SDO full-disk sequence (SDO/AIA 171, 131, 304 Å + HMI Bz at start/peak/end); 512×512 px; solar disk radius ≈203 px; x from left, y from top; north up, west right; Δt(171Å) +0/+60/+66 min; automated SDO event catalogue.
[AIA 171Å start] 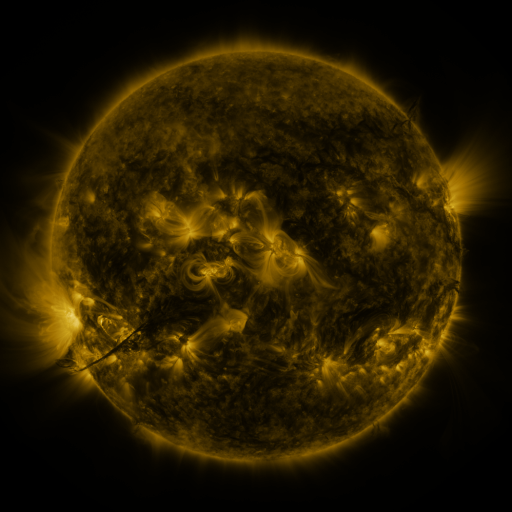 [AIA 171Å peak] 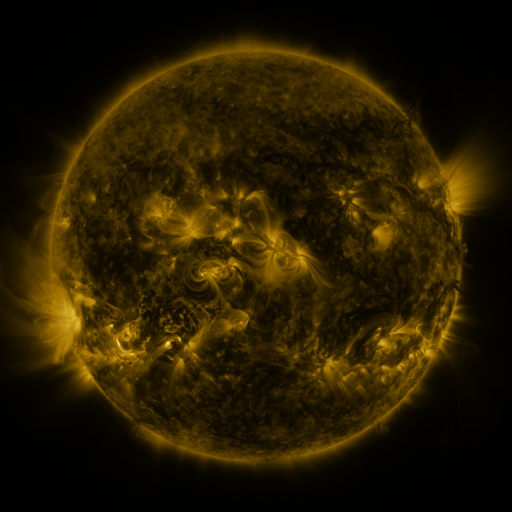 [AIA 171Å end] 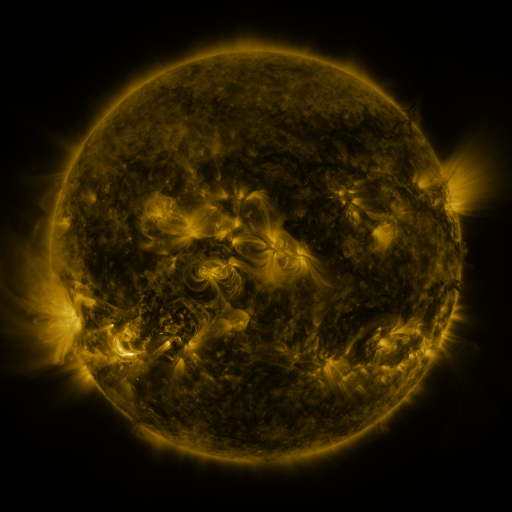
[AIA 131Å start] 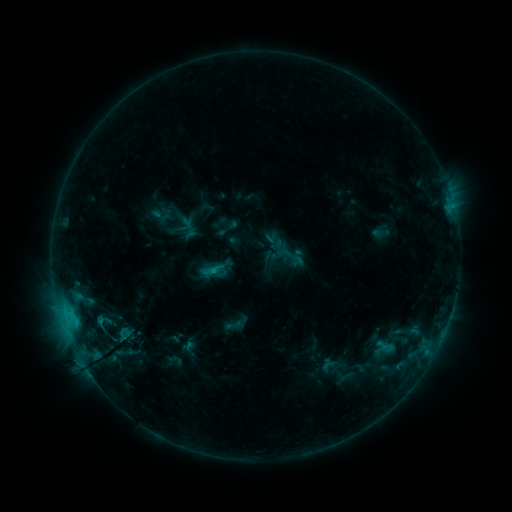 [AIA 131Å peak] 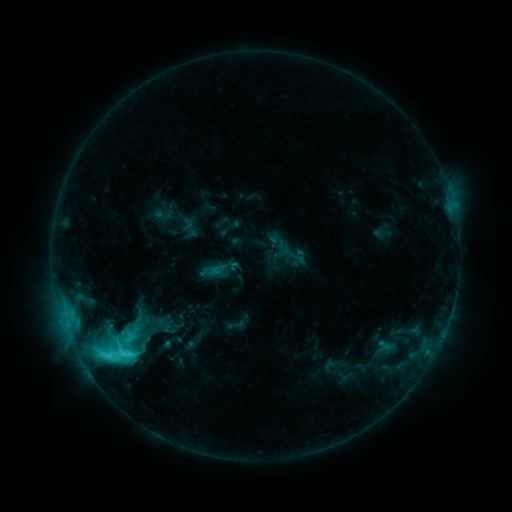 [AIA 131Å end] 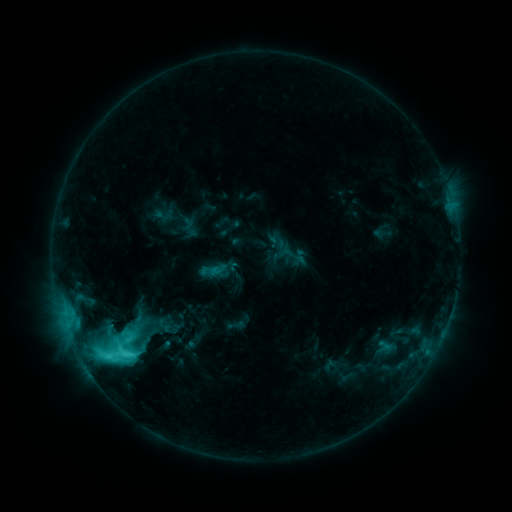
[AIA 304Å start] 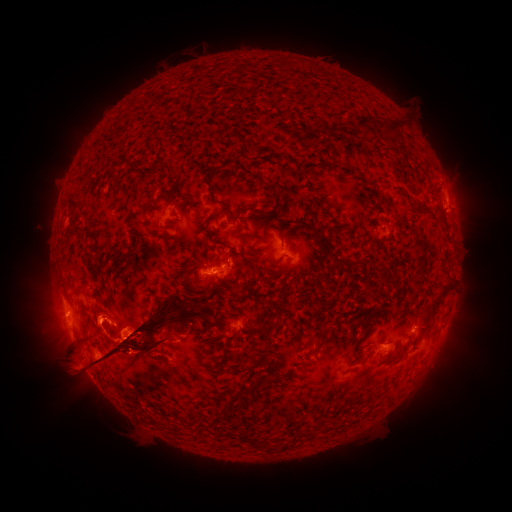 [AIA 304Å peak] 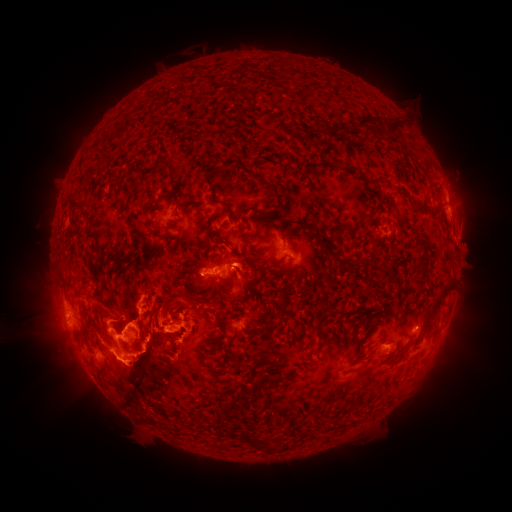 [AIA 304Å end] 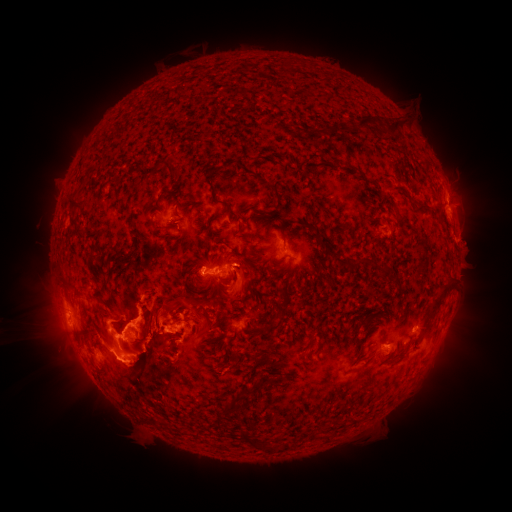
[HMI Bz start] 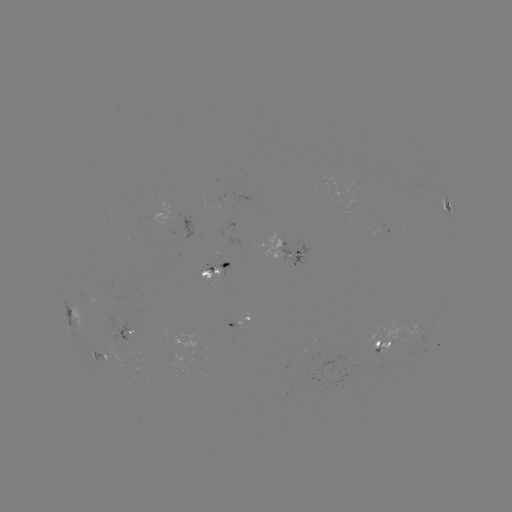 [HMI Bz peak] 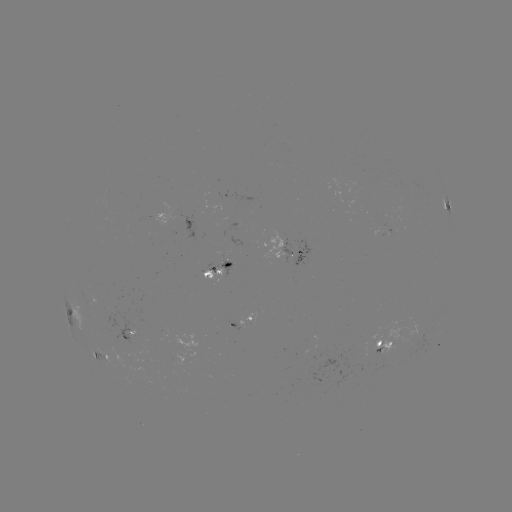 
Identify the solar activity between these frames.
C8.4 flare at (108, 355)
